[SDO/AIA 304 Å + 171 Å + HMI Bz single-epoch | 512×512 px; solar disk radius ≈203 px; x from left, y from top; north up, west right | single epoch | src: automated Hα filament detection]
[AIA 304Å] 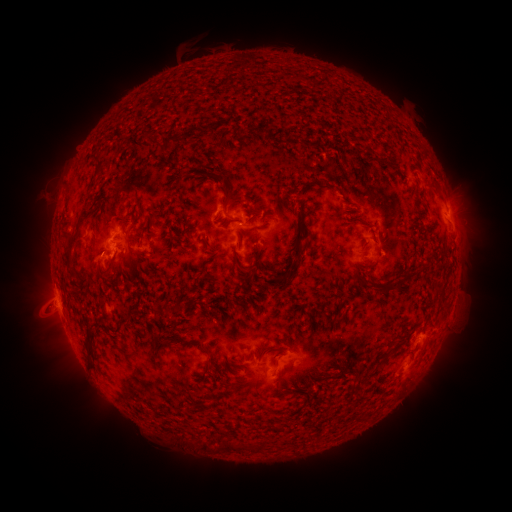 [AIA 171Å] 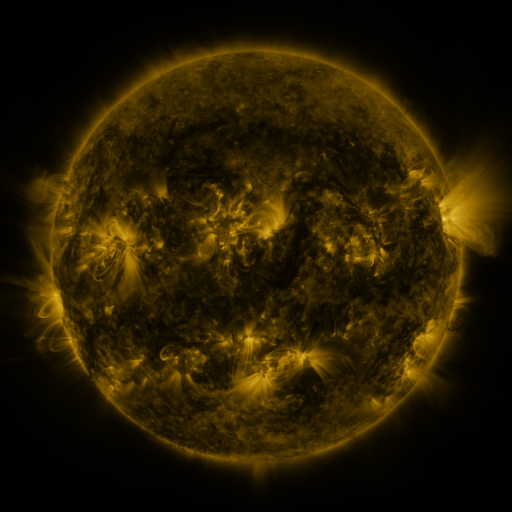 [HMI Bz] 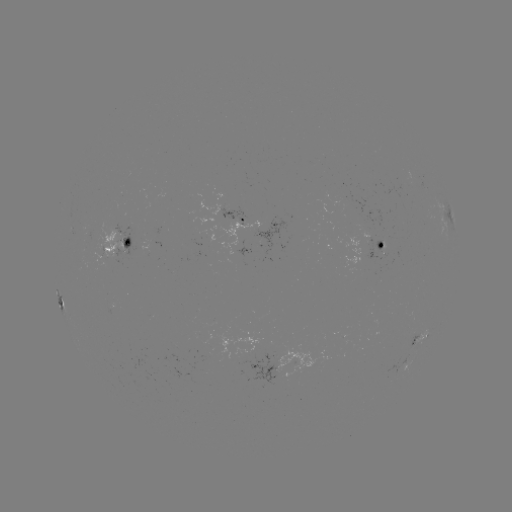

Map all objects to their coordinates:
filament: (263, 132)
filament: (285, 142)
filament: (227, 196)
filament: (75, 235)
filament: (277, 278)
filament: (393, 289)
filament: (89, 349)
filament: (394, 350)
filament: (377, 364)
filament: (279, 388)
